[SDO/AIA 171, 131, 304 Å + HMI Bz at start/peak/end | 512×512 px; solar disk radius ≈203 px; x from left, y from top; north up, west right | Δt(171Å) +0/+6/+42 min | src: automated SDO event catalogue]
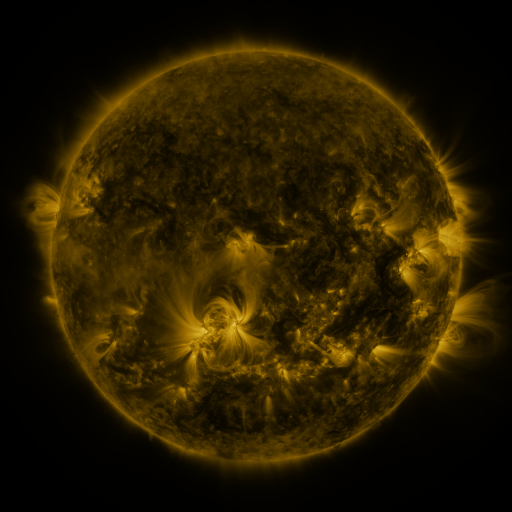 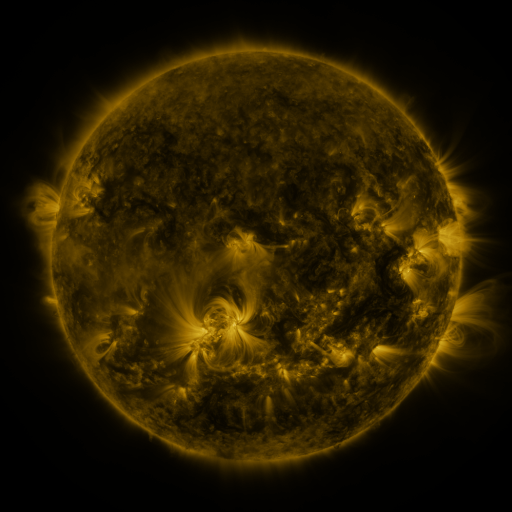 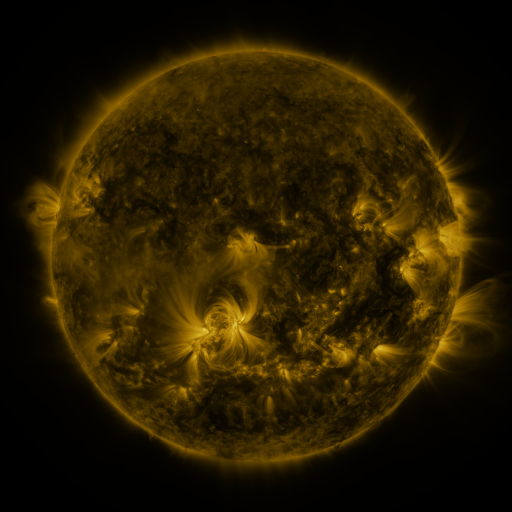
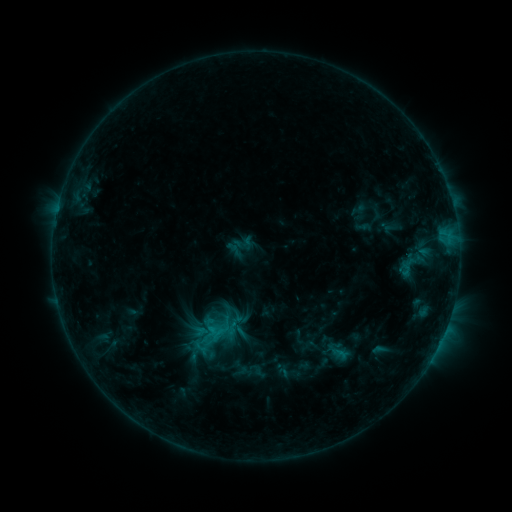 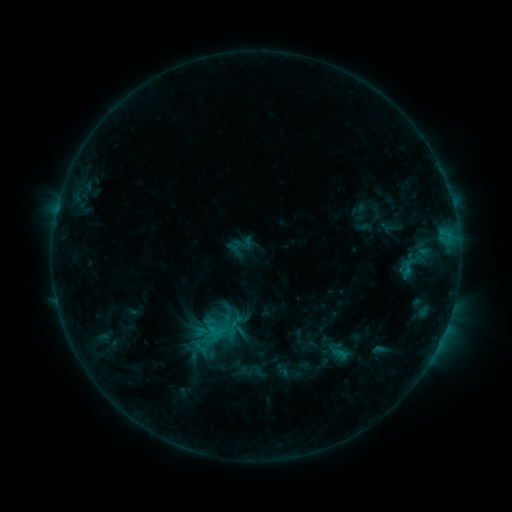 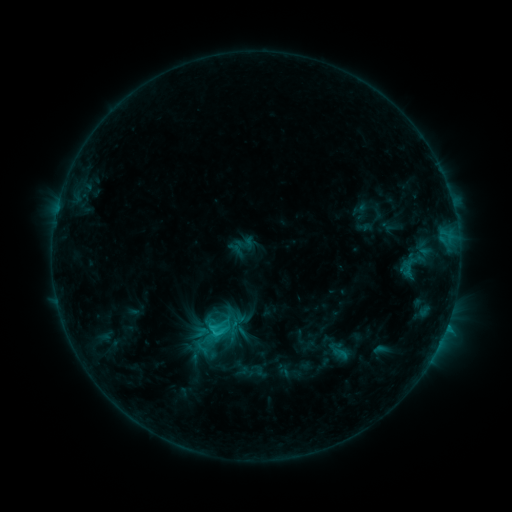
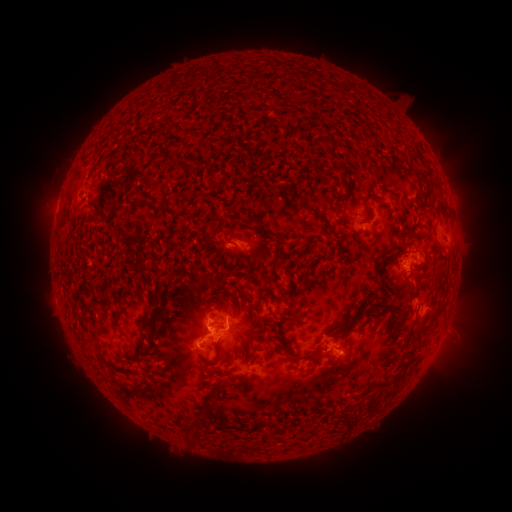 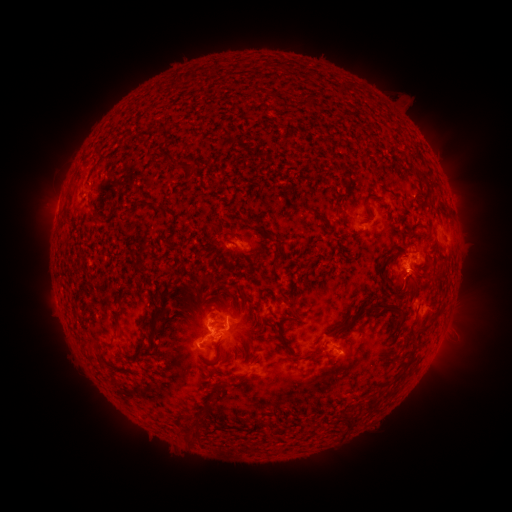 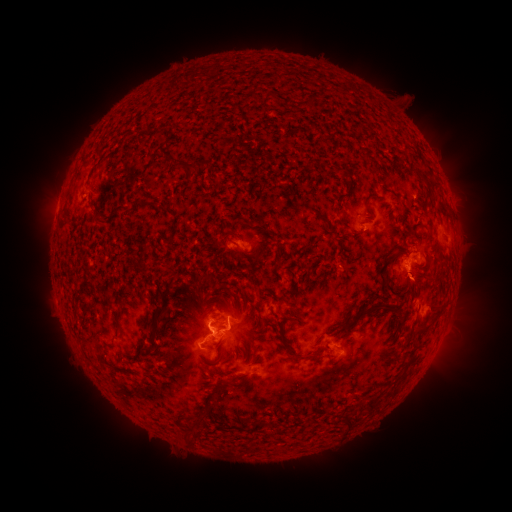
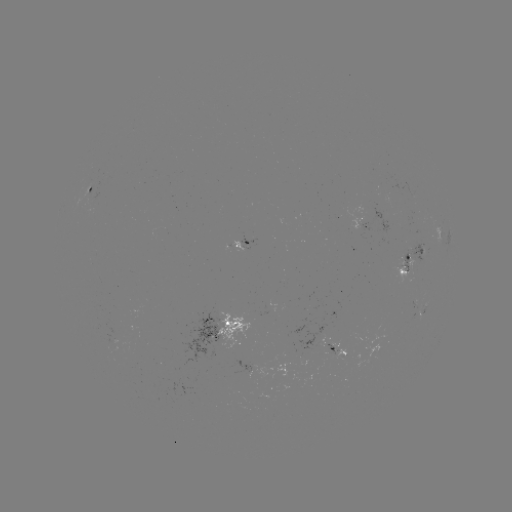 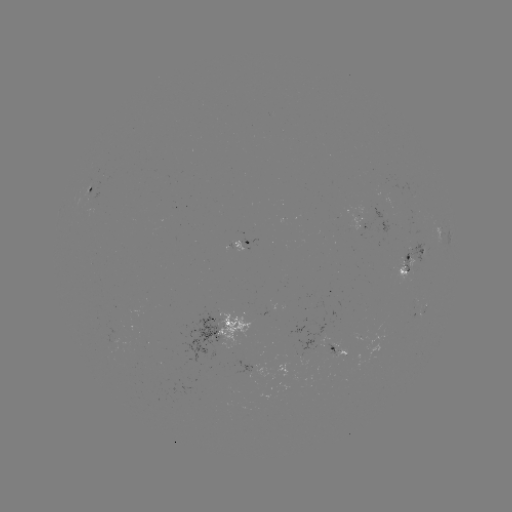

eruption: <bbox>398, 254, 451, 312</bbox>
